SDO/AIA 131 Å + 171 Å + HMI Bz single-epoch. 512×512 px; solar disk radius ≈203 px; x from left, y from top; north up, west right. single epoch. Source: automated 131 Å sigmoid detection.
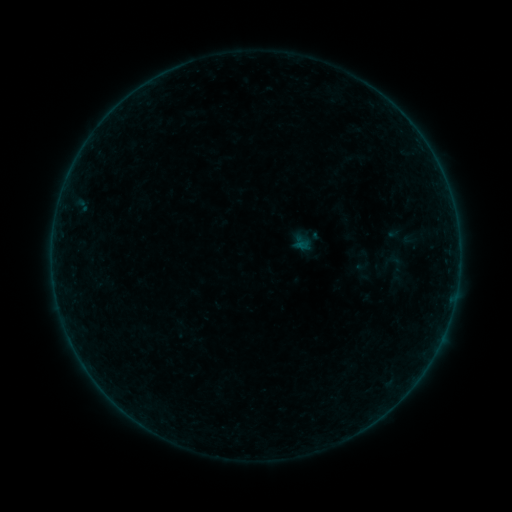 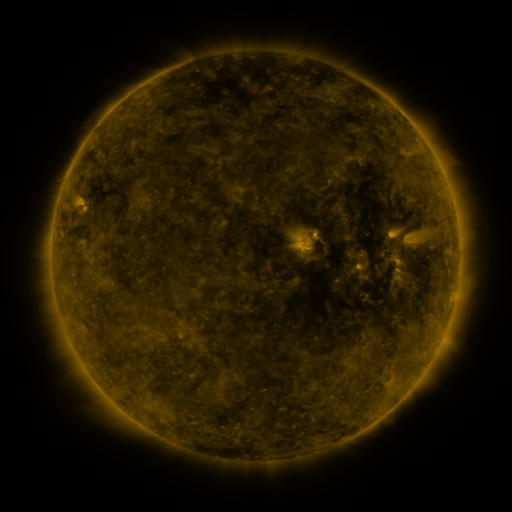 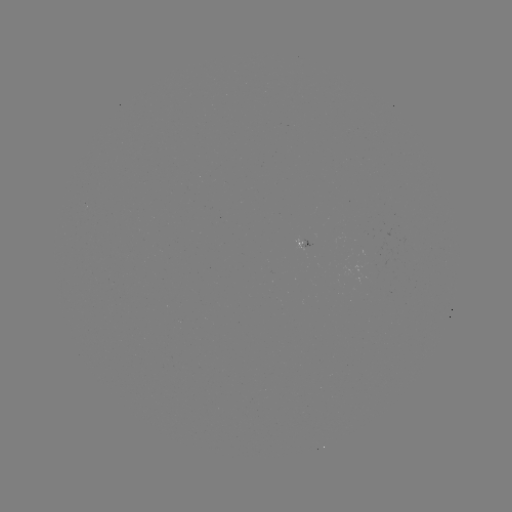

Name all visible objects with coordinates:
sigmoid: (378, 251, 415, 287)
